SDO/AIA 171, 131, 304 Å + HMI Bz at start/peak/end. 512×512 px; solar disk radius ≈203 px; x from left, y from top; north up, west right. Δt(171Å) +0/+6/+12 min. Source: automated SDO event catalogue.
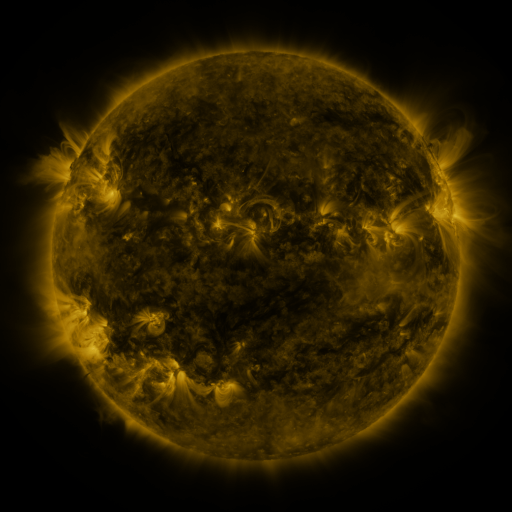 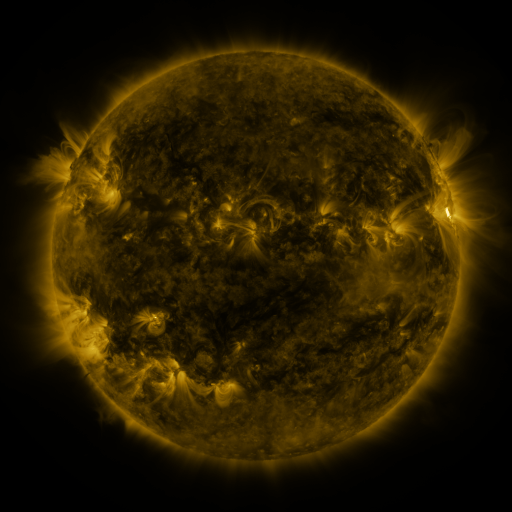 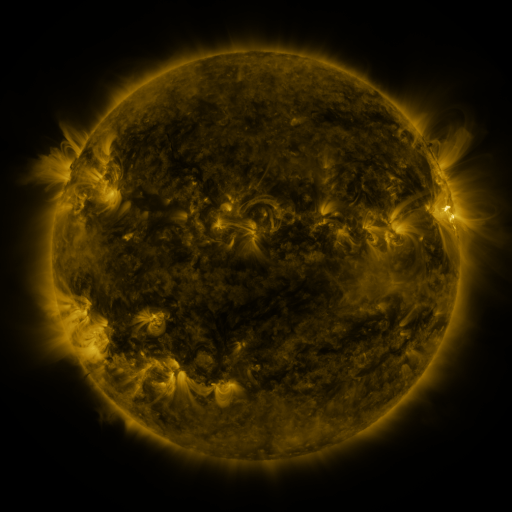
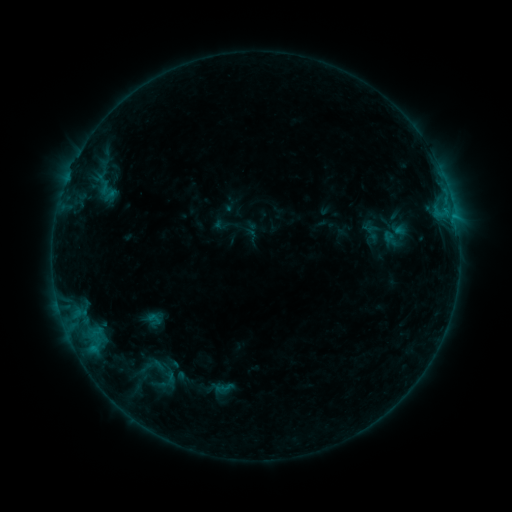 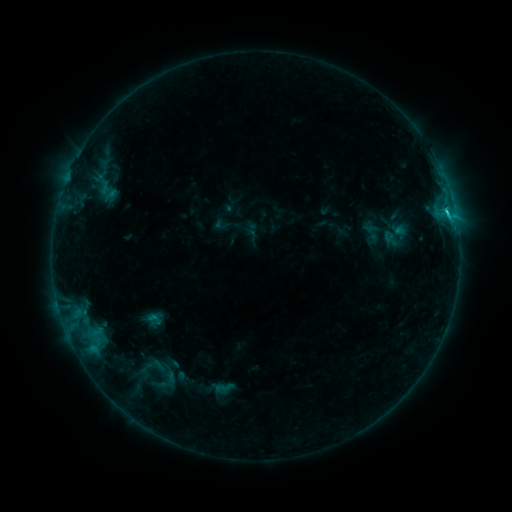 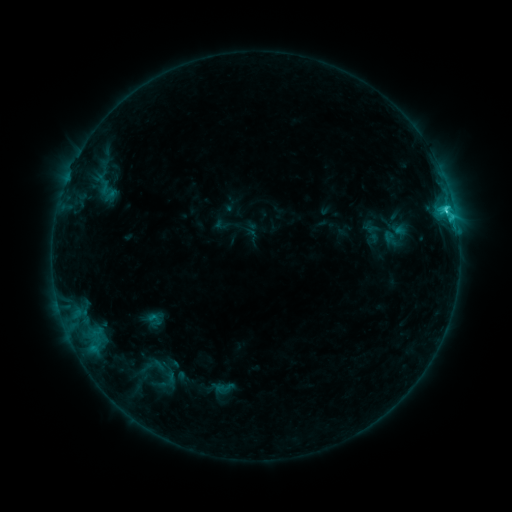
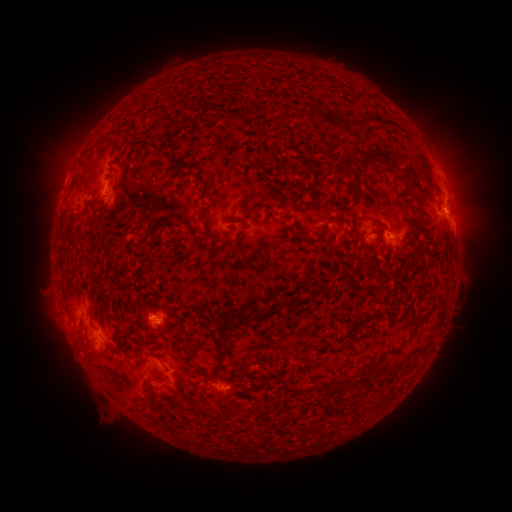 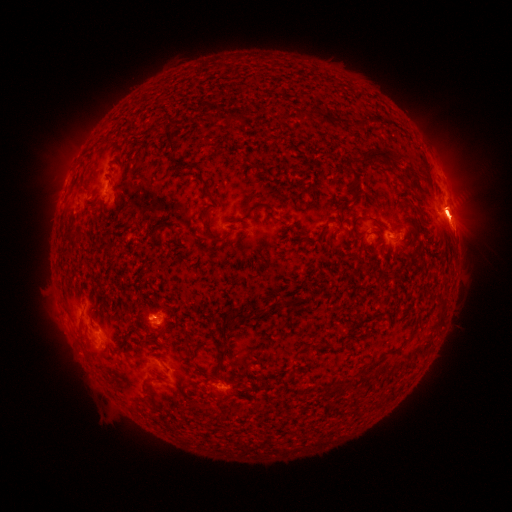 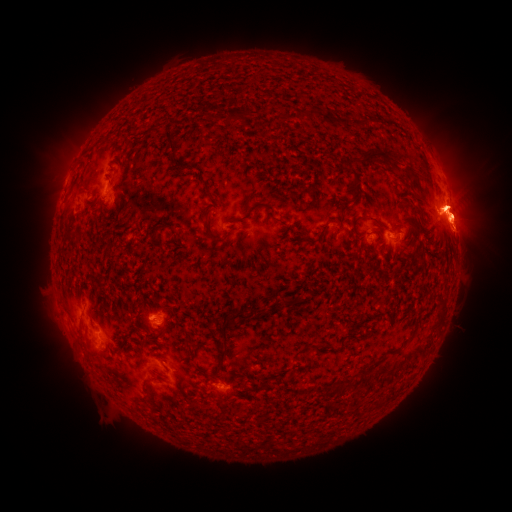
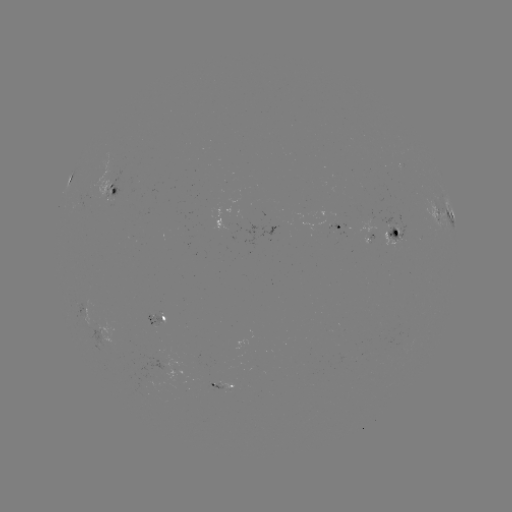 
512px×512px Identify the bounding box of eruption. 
[39, 284, 176, 420].